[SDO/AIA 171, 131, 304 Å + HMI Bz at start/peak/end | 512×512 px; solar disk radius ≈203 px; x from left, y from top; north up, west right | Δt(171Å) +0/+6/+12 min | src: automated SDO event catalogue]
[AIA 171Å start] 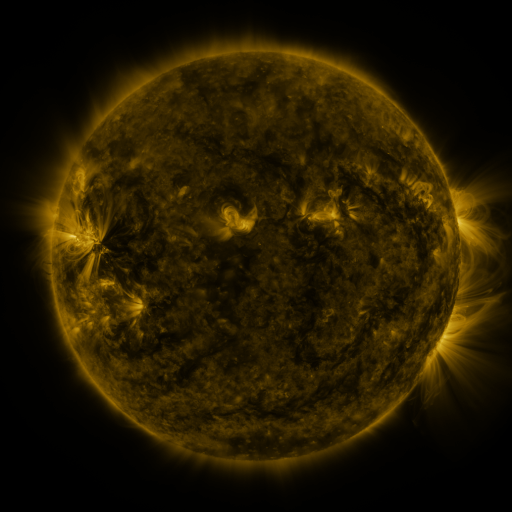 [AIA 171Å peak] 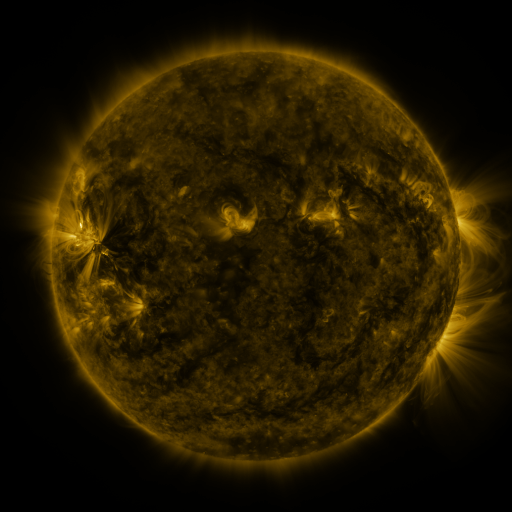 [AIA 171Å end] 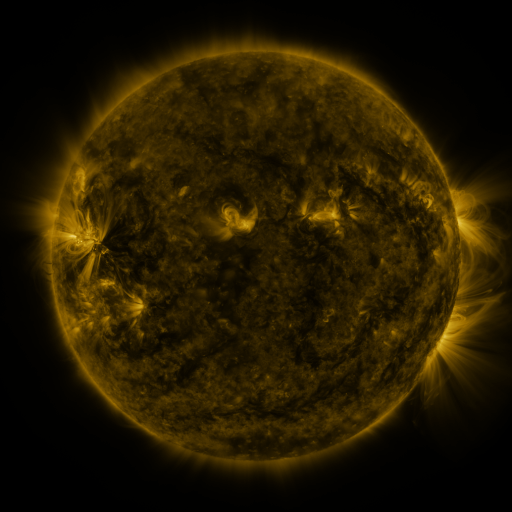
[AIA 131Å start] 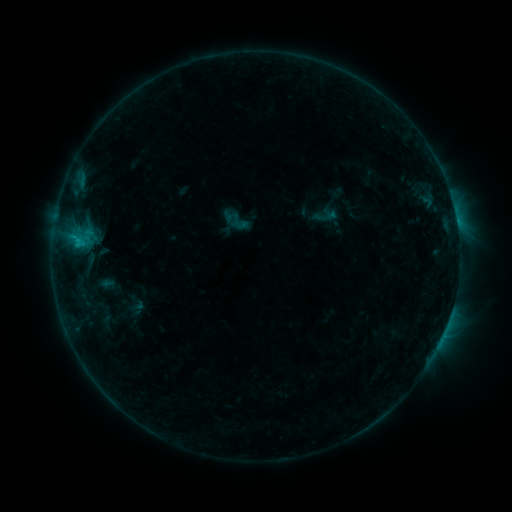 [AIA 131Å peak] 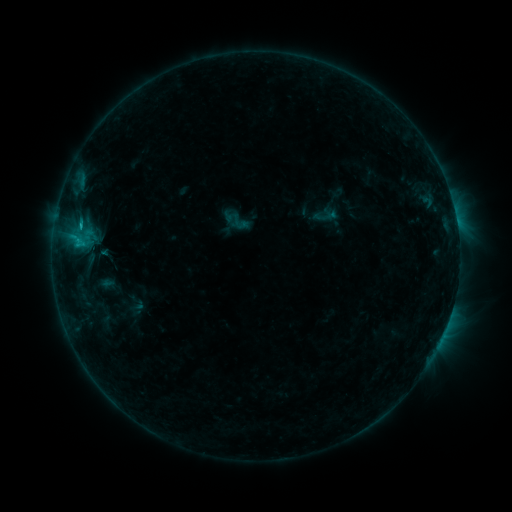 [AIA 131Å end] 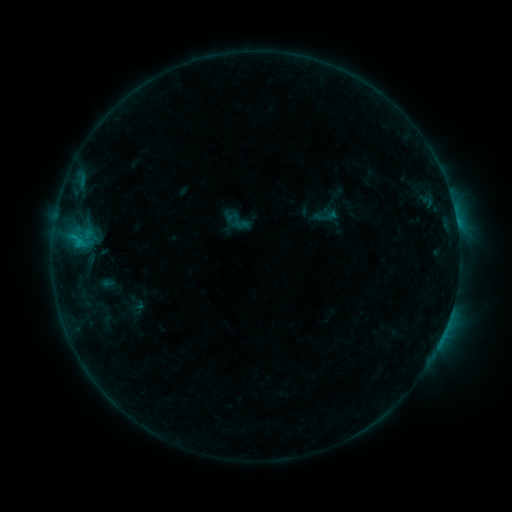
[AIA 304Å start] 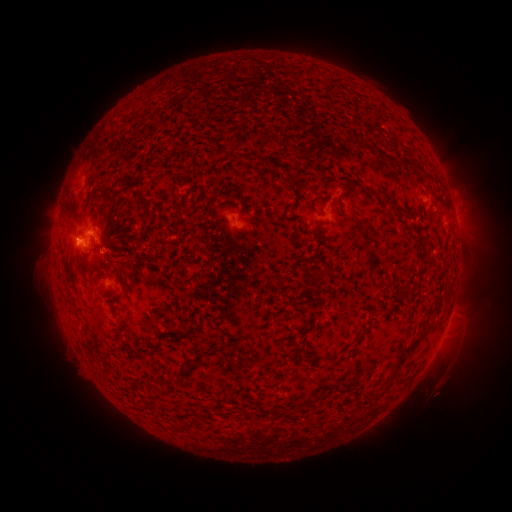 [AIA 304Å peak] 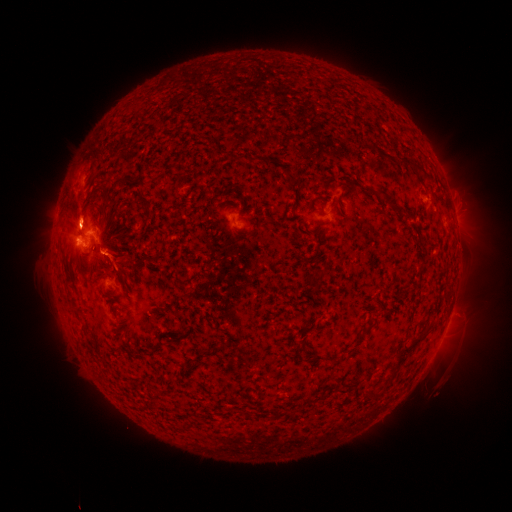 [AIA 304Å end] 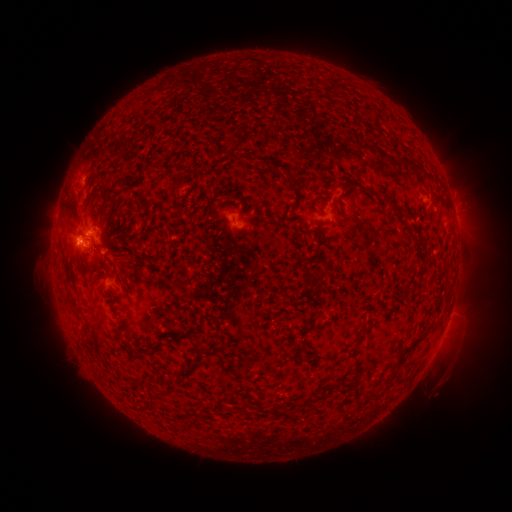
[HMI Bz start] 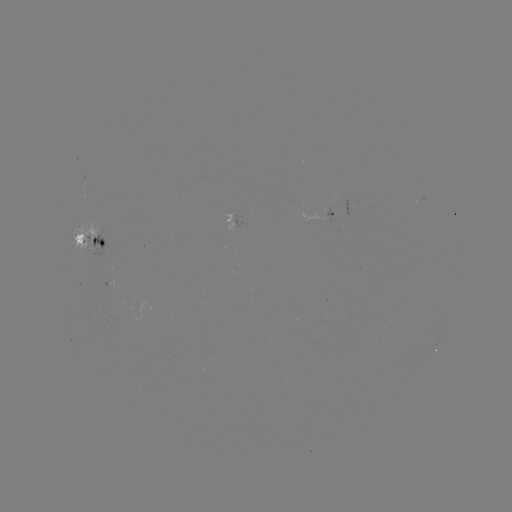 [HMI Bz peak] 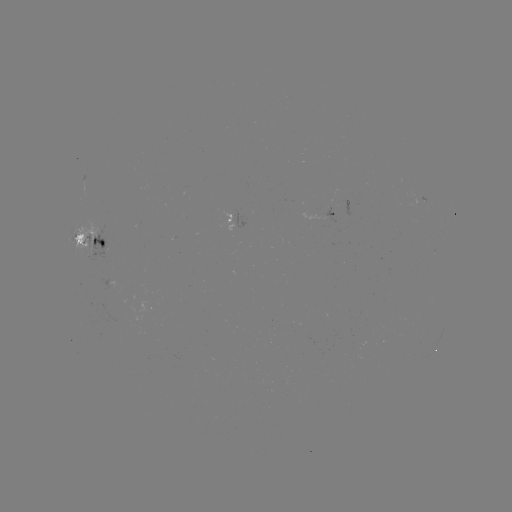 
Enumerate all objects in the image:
eruption: (79, 215)
